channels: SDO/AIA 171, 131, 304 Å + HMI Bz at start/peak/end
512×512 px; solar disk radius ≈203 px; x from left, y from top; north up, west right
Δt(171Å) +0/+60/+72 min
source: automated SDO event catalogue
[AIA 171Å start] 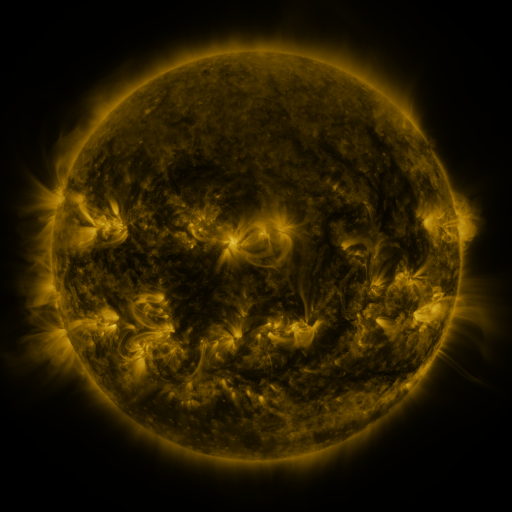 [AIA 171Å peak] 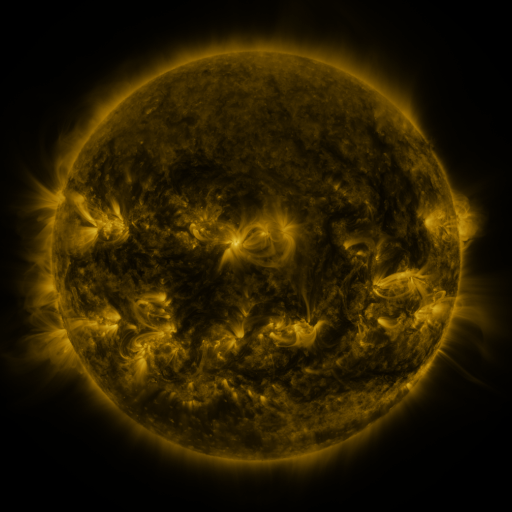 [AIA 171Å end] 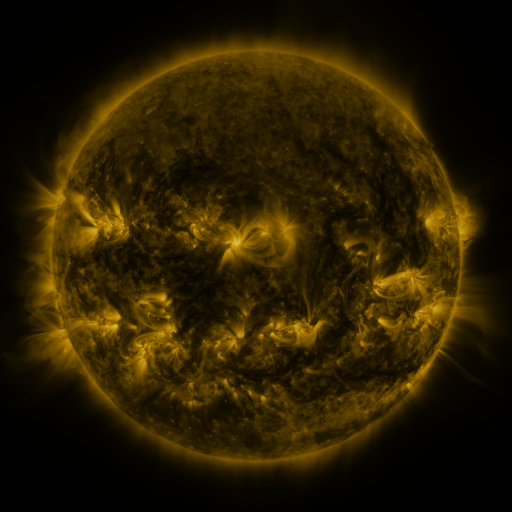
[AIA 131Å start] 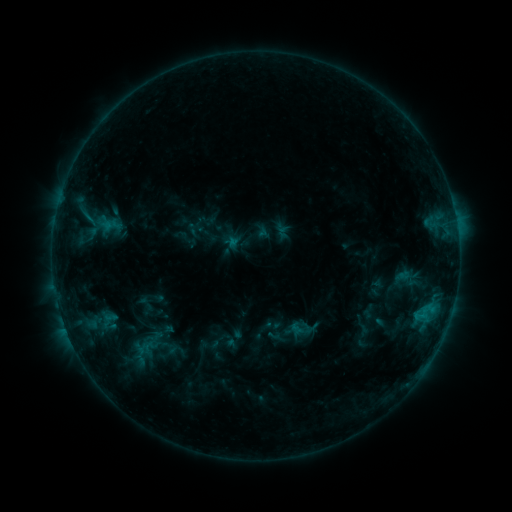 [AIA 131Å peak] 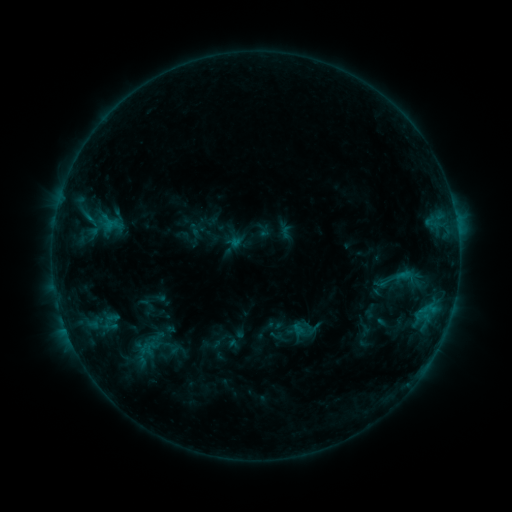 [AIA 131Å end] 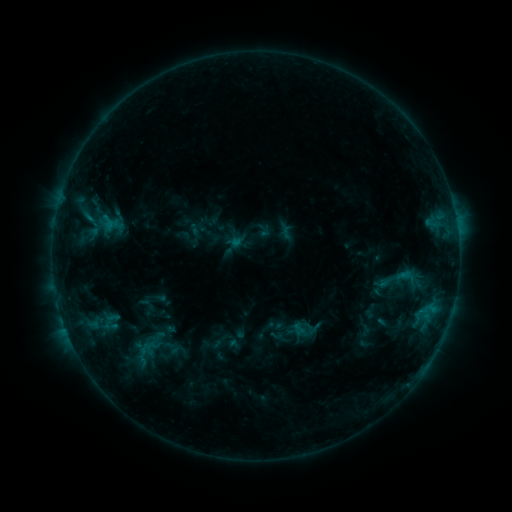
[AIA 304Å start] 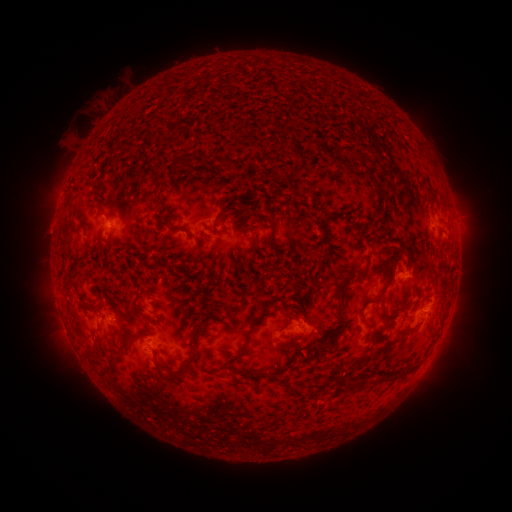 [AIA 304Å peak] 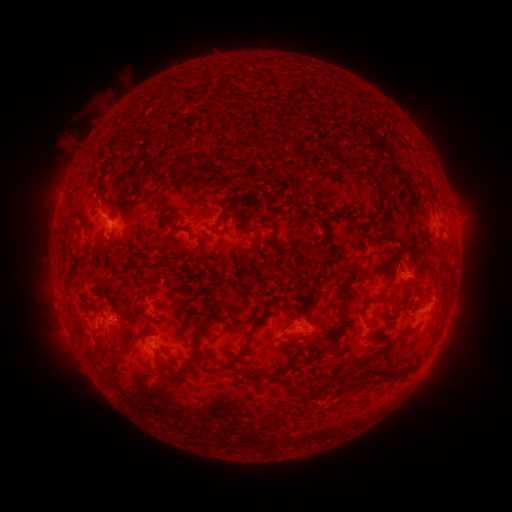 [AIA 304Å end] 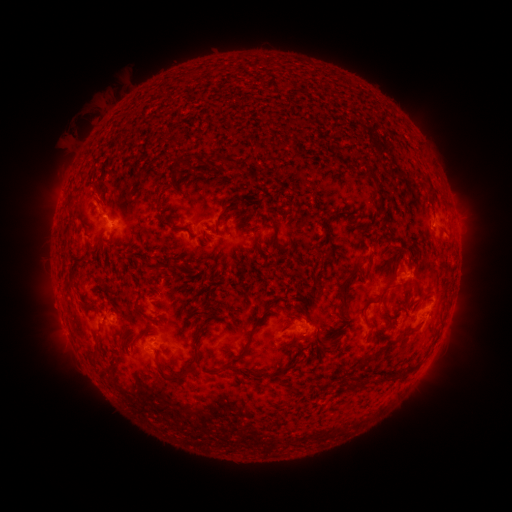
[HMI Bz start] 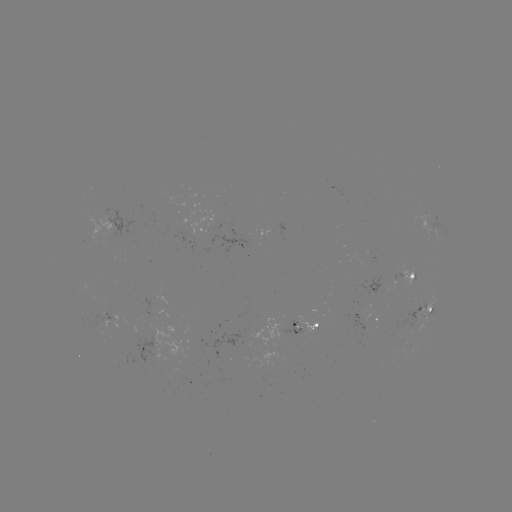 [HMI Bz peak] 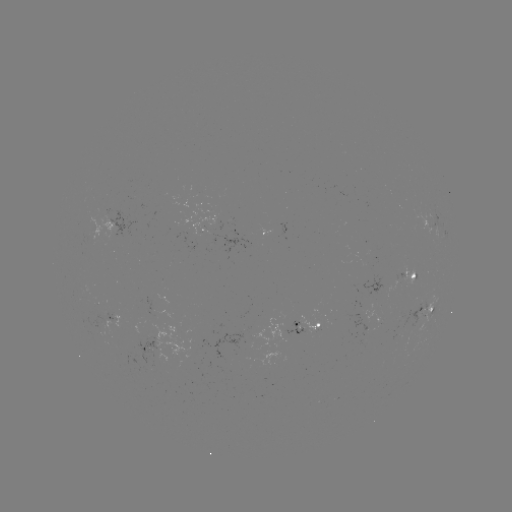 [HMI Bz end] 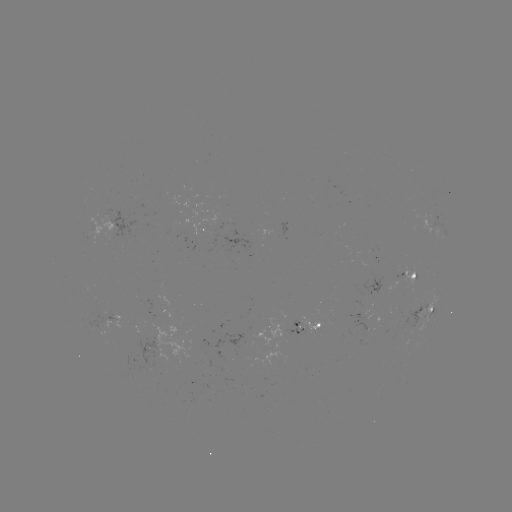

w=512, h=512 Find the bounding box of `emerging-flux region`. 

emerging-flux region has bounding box [403, 304, 425, 336].